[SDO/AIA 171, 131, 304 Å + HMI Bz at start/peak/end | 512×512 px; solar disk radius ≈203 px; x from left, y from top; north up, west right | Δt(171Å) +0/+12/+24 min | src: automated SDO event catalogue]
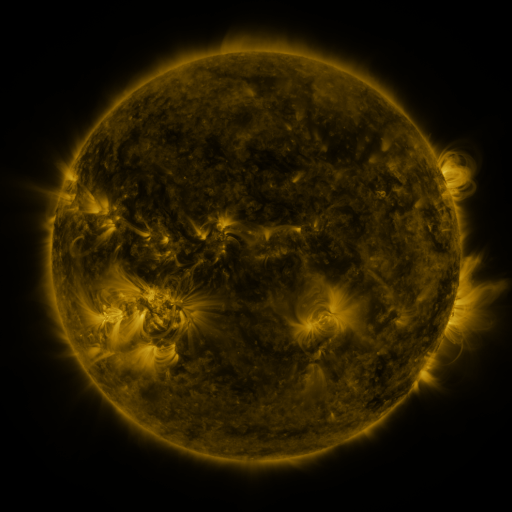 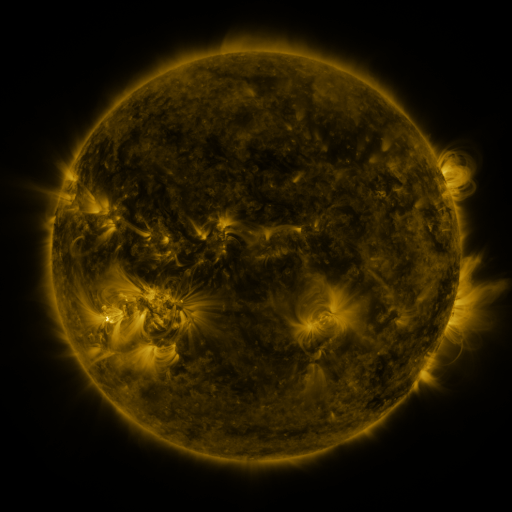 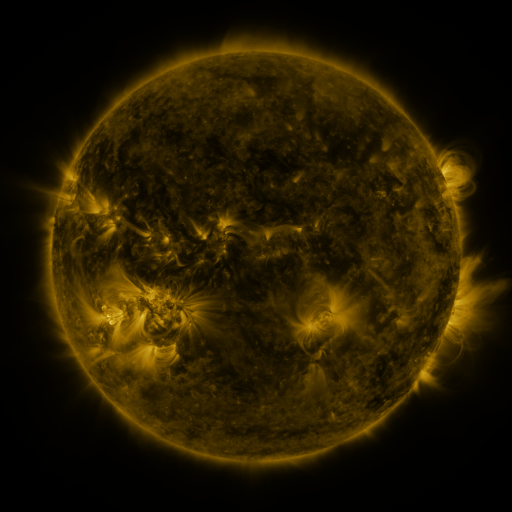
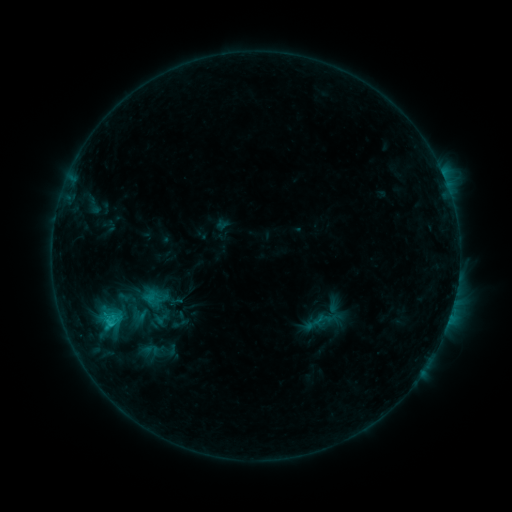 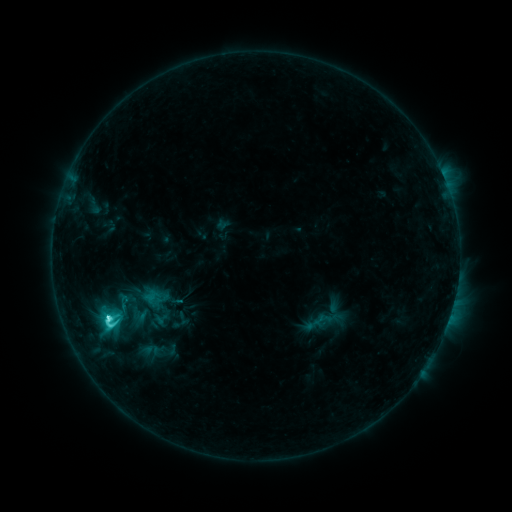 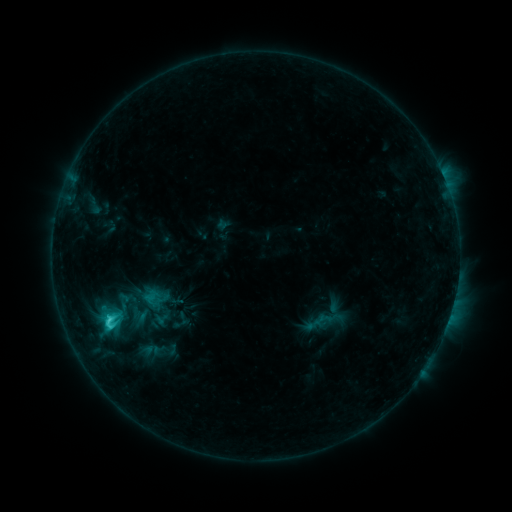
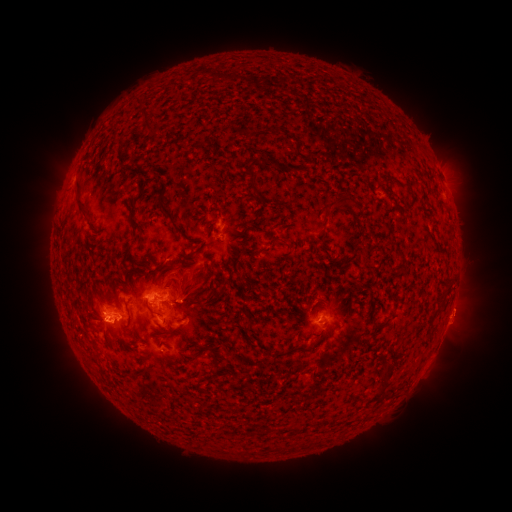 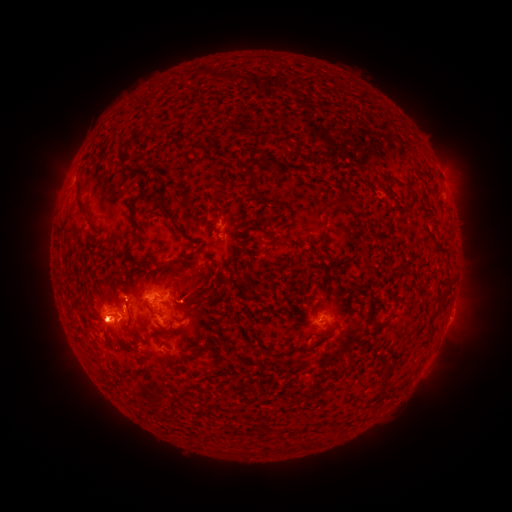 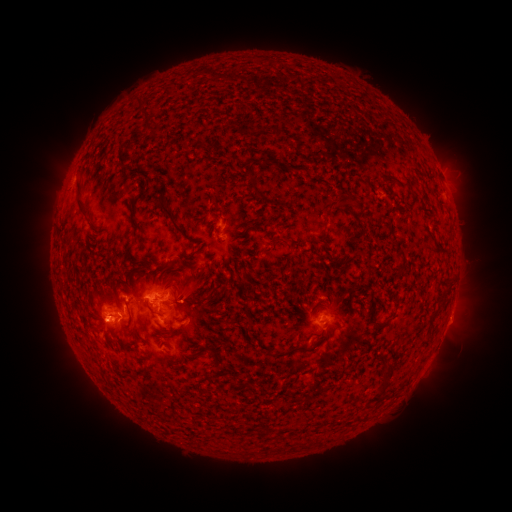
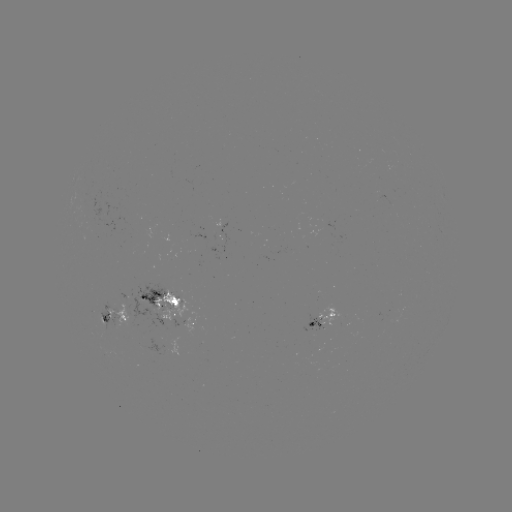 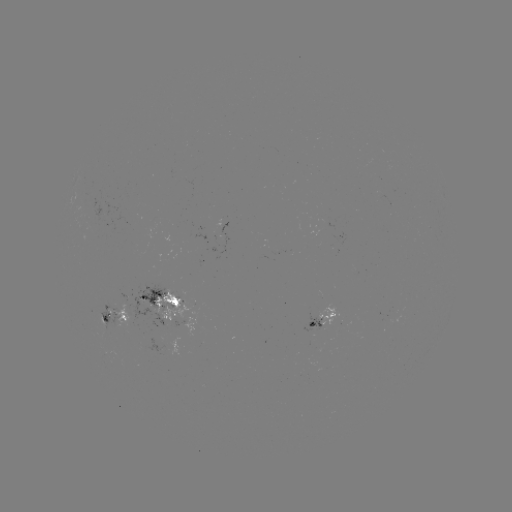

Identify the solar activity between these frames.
C4.9 flare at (109, 316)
